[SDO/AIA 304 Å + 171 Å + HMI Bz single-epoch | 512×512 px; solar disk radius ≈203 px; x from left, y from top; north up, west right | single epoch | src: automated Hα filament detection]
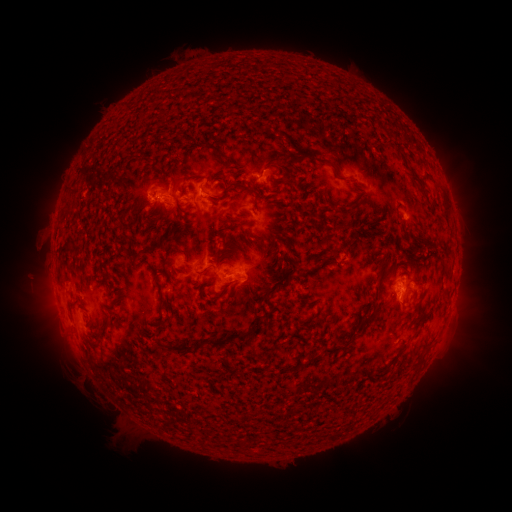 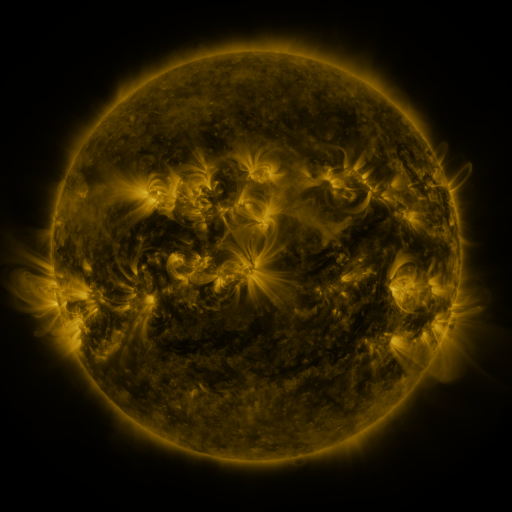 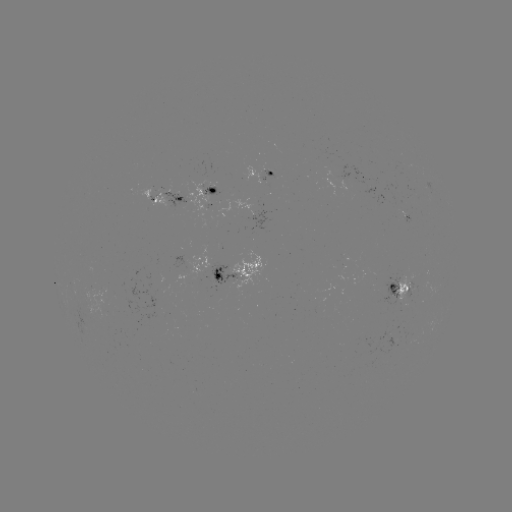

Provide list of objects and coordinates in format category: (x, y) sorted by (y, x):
filament: (260, 127)
filament: (225, 157)
filament: (330, 164)
filament: (413, 174)
filament: (291, 182)
filament: (225, 187)
filament: (290, 248)
filament: (264, 252)
filament: (330, 255)
filament: (106, 279)
filament: (378, 284)
filament: (282, 286)
filament: (107, 314)
filament: (168, 318)
filament: (368, 319)
filament: (214, 341)
filament: (331, 350)
